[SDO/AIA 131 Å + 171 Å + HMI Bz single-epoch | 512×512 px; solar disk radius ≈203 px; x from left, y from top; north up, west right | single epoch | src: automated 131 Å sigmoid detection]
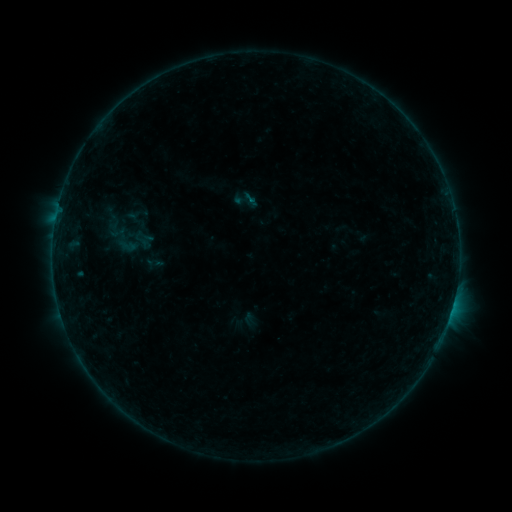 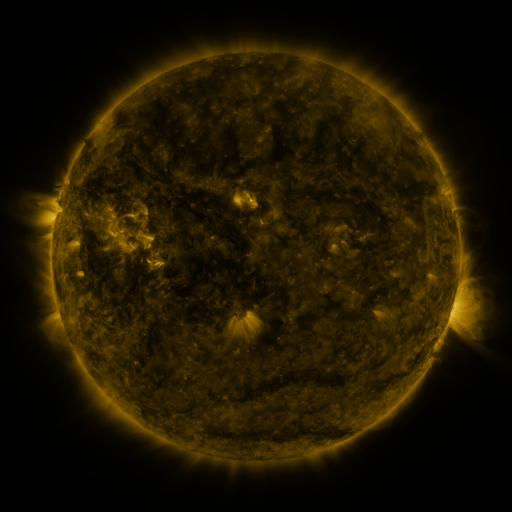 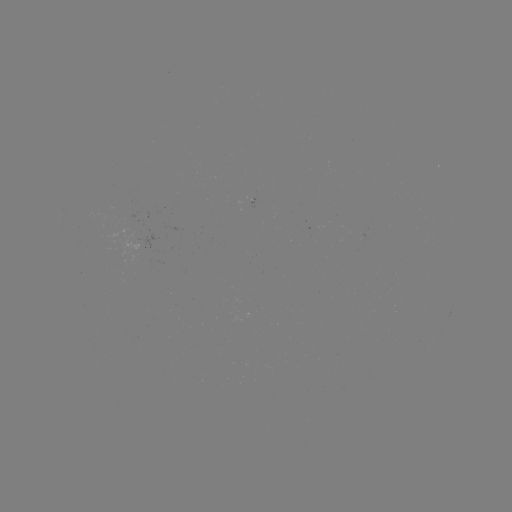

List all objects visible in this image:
sigmoid: (246, 200)
sigmoid: (113, 230)
sigmoid: (128, 245)
